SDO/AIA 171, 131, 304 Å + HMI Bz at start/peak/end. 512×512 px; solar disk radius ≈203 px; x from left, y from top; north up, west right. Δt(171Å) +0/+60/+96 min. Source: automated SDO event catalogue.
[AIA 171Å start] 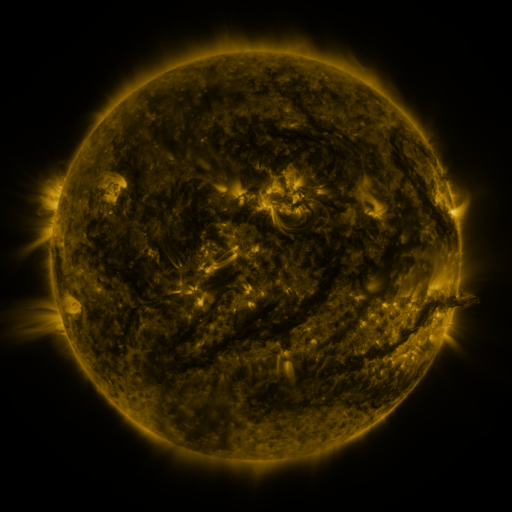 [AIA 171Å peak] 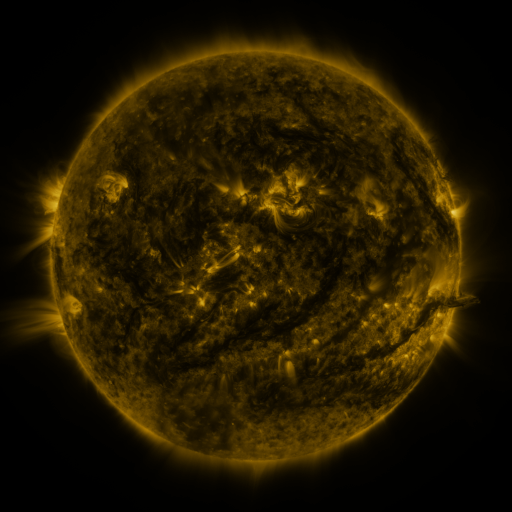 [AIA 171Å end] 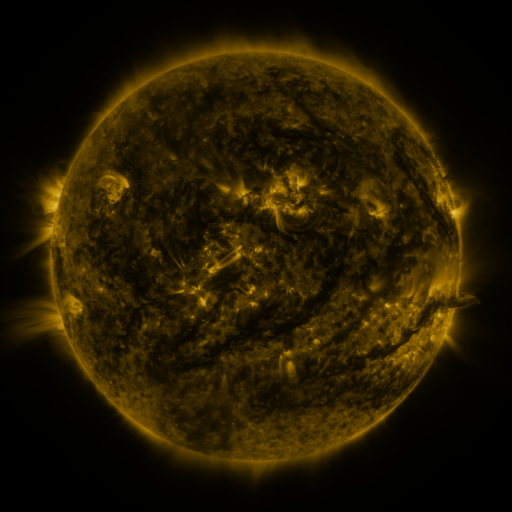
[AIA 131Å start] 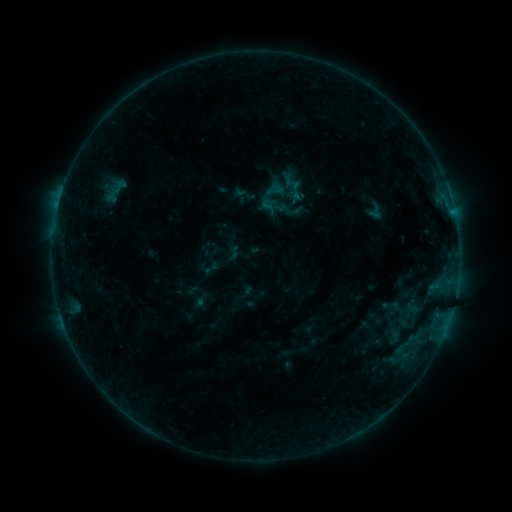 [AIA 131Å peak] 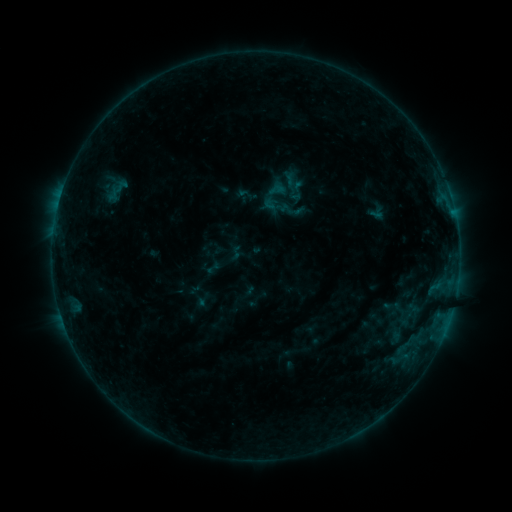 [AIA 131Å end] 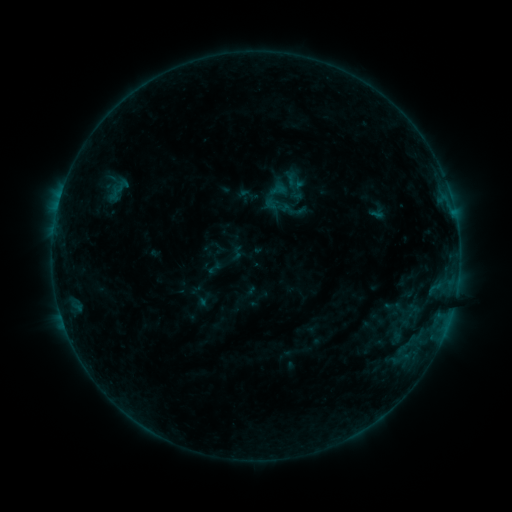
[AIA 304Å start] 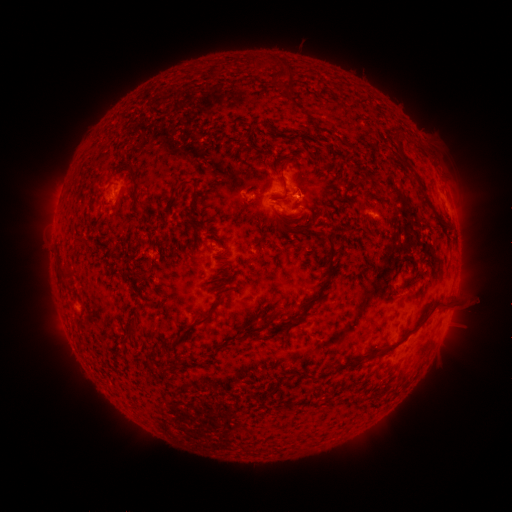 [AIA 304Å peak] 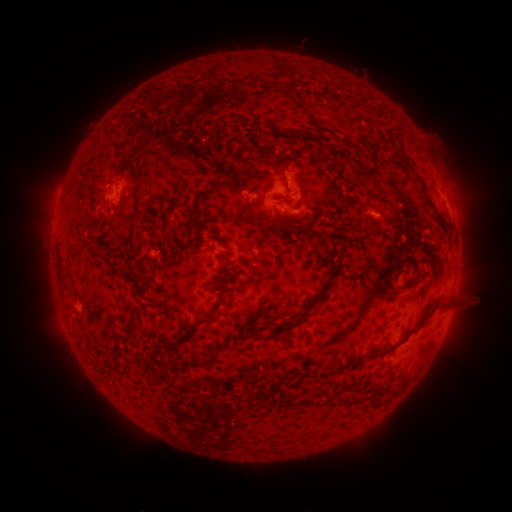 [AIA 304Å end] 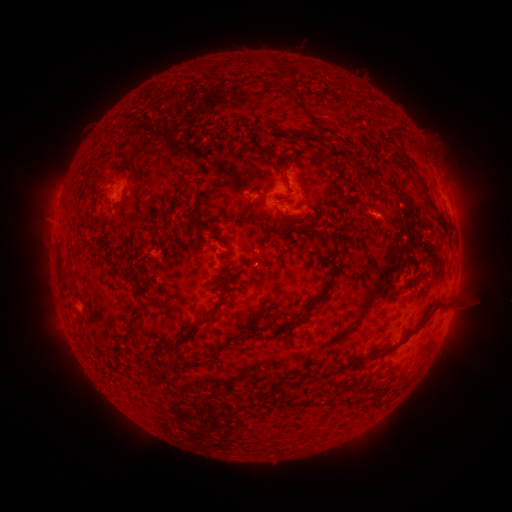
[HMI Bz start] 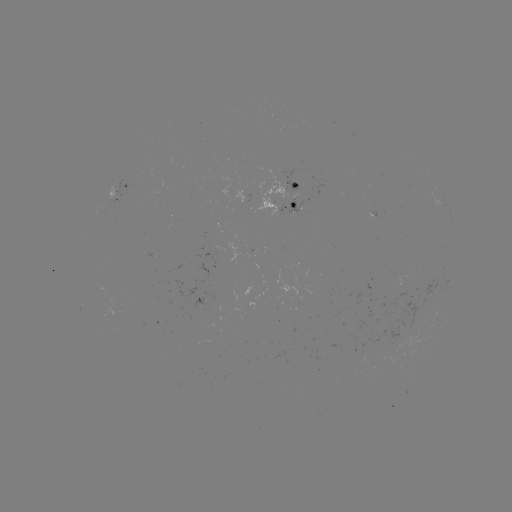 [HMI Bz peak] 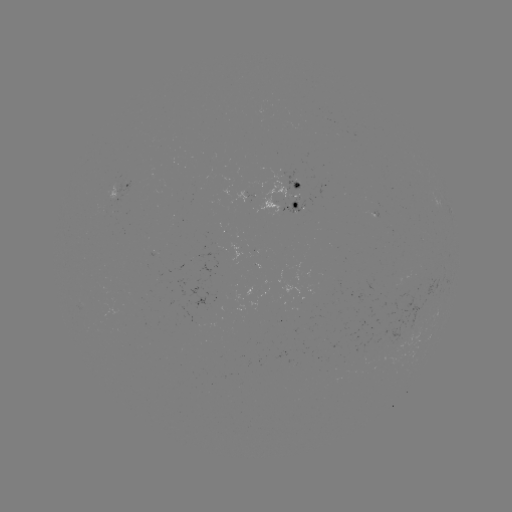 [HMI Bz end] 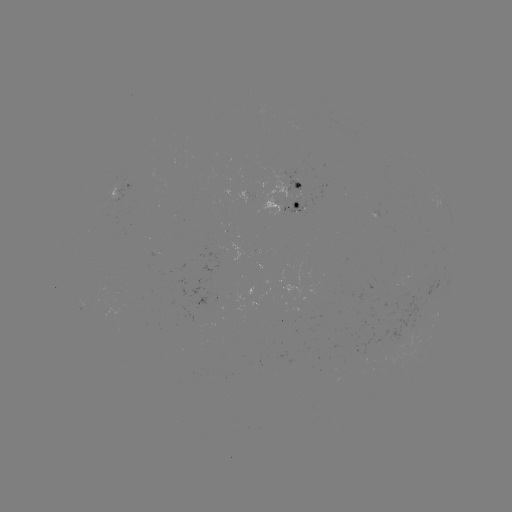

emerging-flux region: (248, 187, 253, 199)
